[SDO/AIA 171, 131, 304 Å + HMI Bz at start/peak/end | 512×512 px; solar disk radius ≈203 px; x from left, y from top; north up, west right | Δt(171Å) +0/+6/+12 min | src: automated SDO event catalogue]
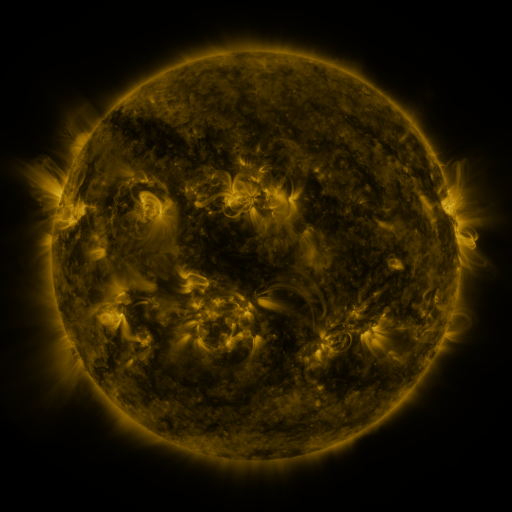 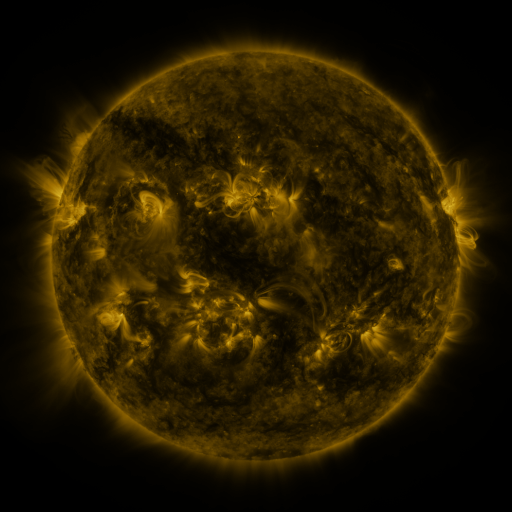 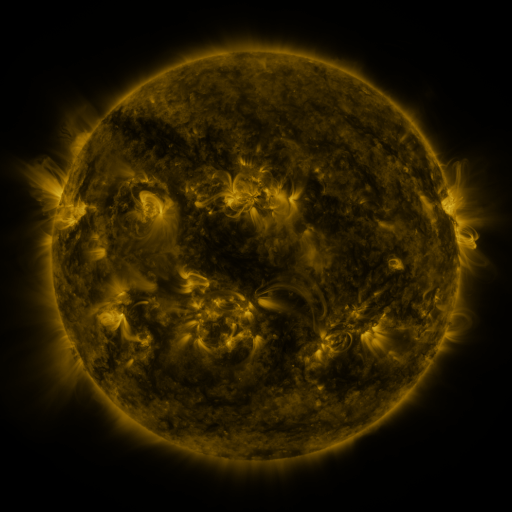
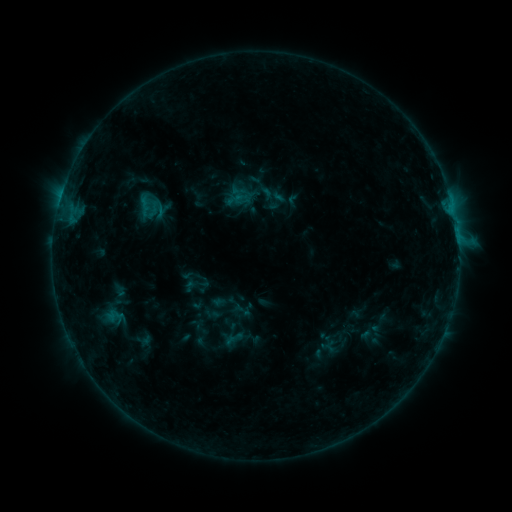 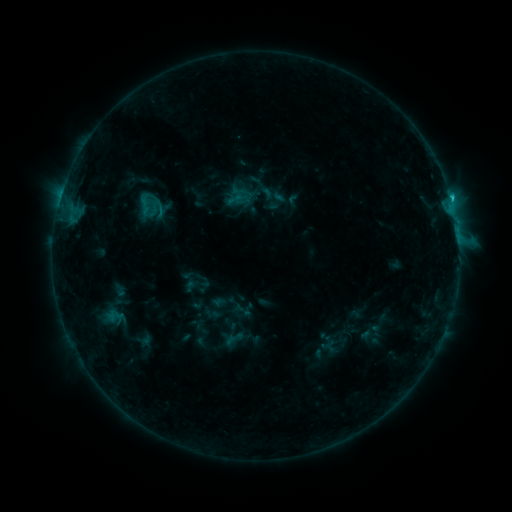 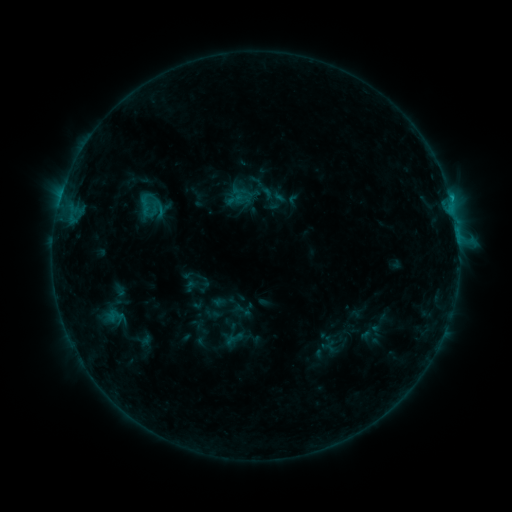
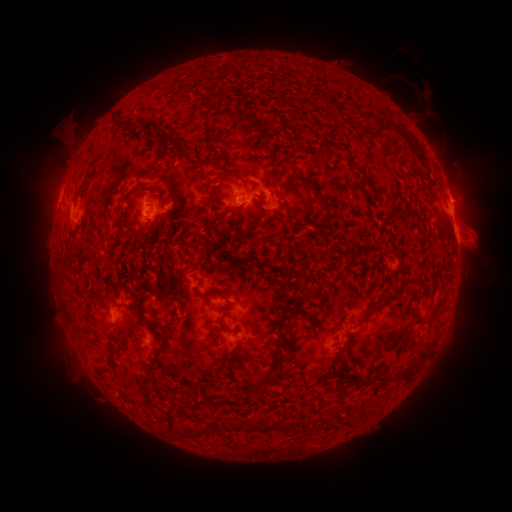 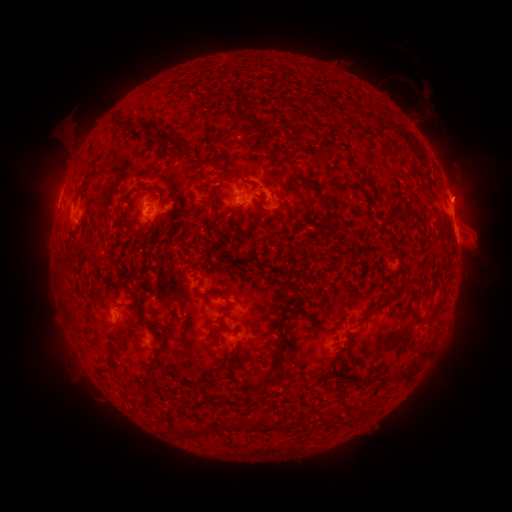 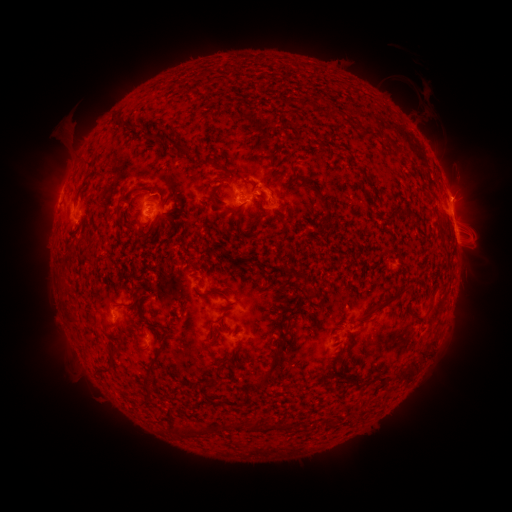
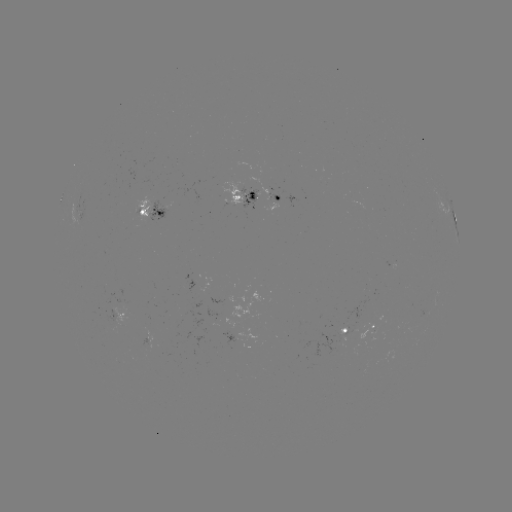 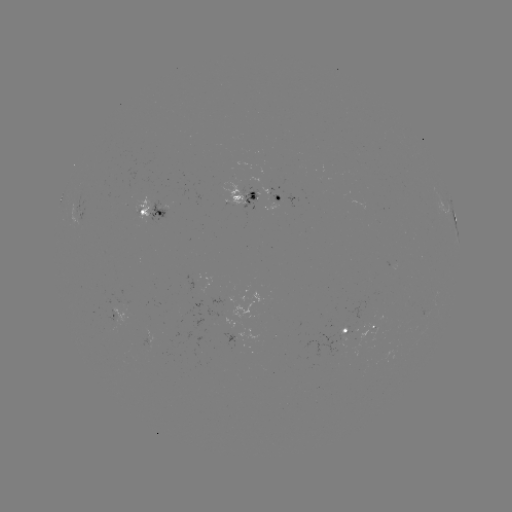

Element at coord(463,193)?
eruption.